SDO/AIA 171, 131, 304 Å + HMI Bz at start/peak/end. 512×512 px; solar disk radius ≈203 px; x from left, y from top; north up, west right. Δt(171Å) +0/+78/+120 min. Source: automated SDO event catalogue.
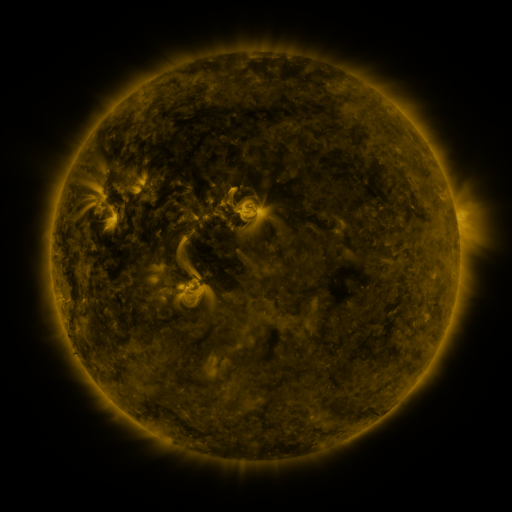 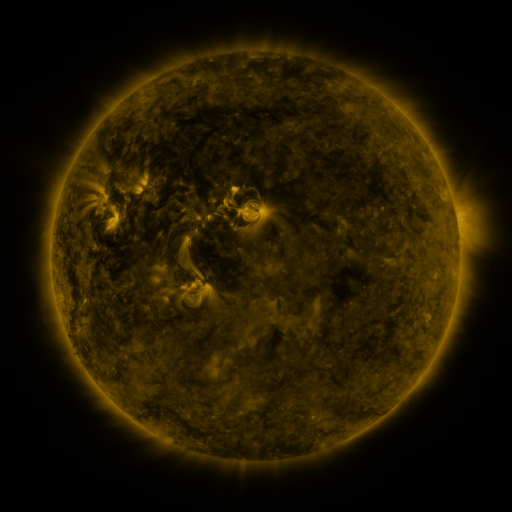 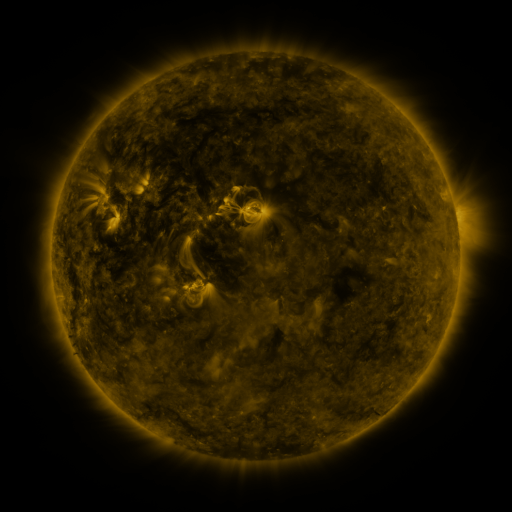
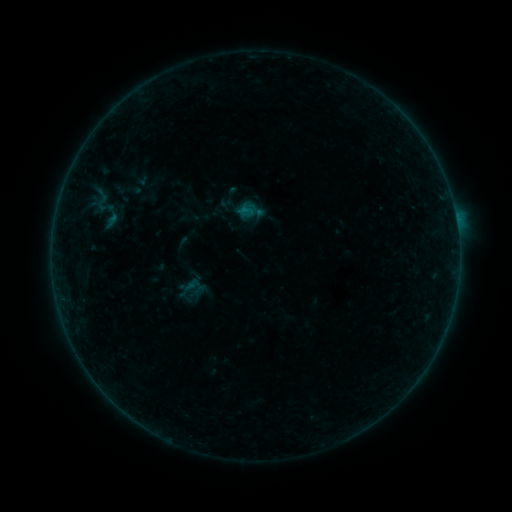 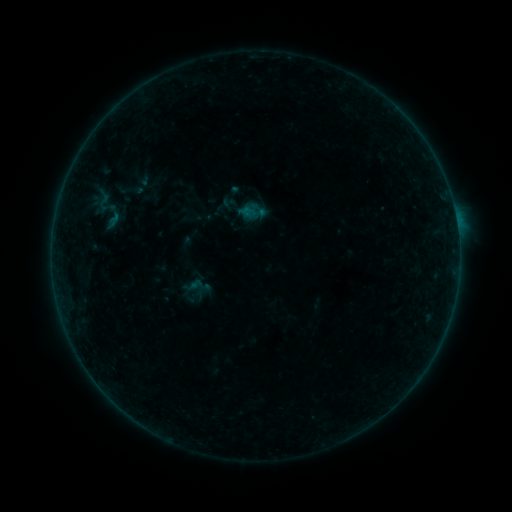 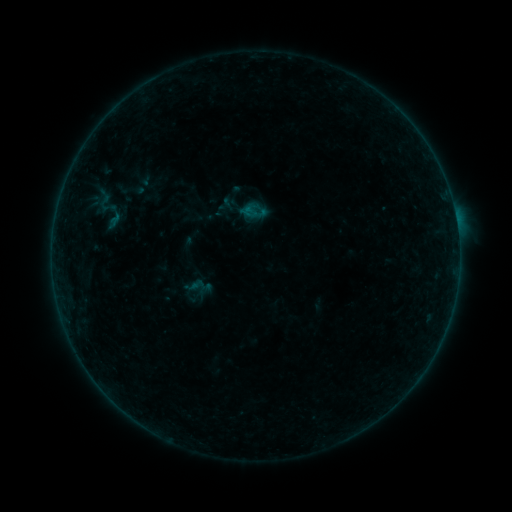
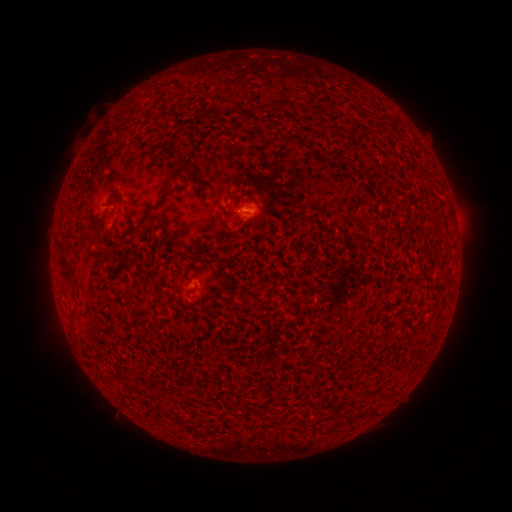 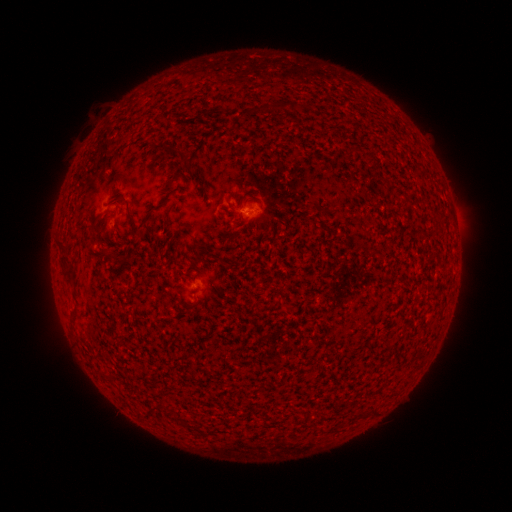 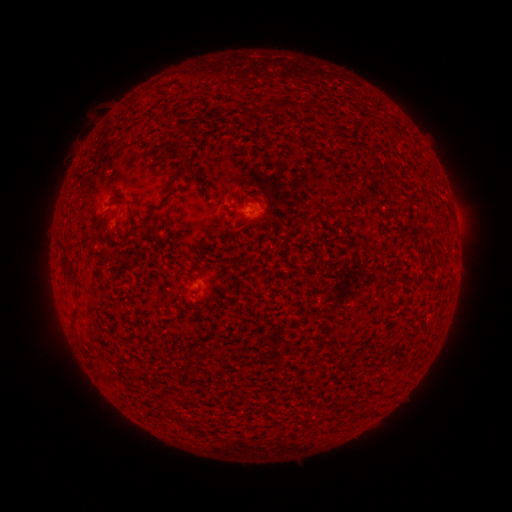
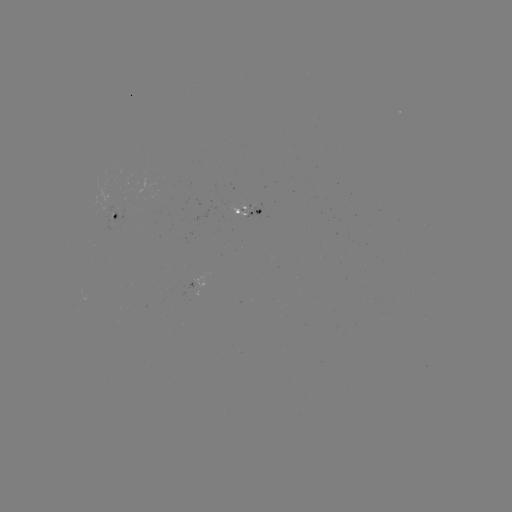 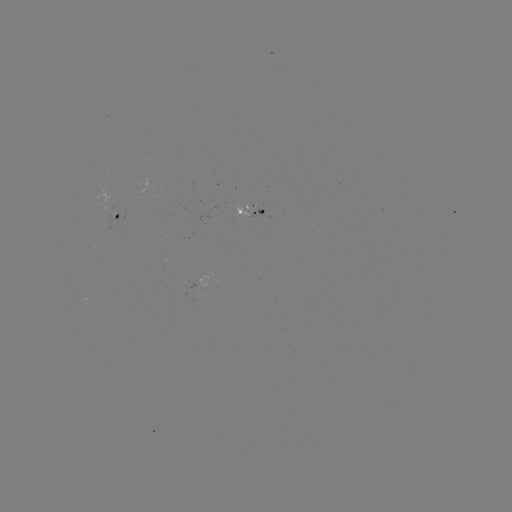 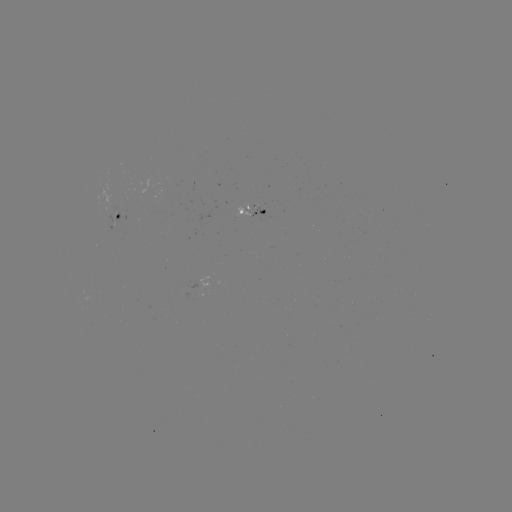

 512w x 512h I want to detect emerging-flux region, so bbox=[227, 202, 249, 213].